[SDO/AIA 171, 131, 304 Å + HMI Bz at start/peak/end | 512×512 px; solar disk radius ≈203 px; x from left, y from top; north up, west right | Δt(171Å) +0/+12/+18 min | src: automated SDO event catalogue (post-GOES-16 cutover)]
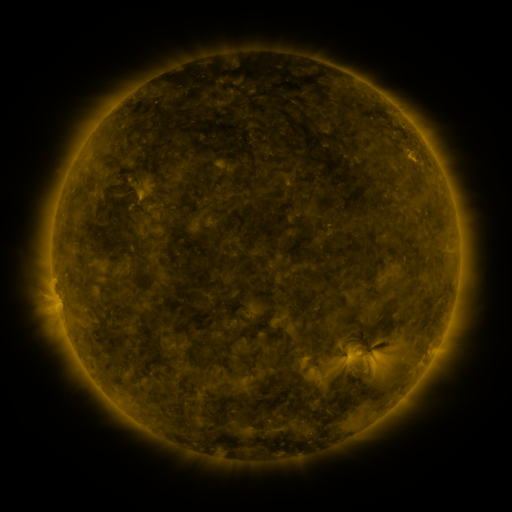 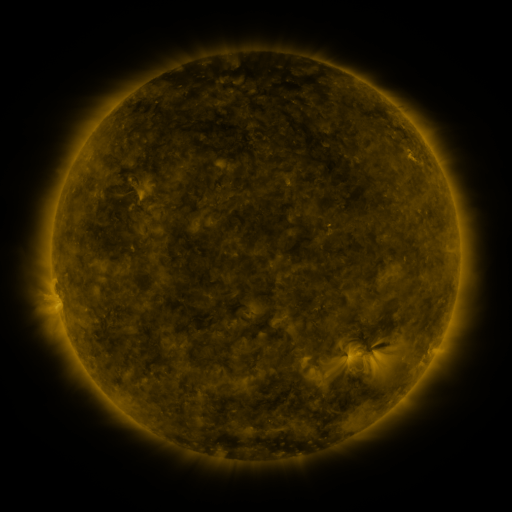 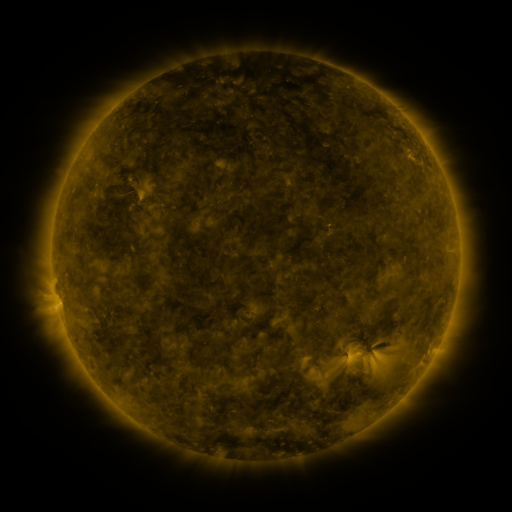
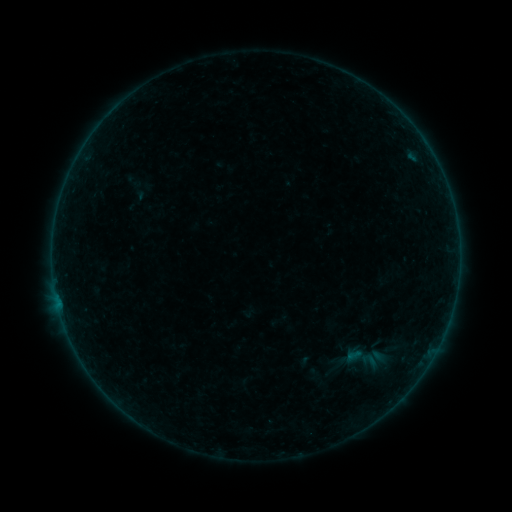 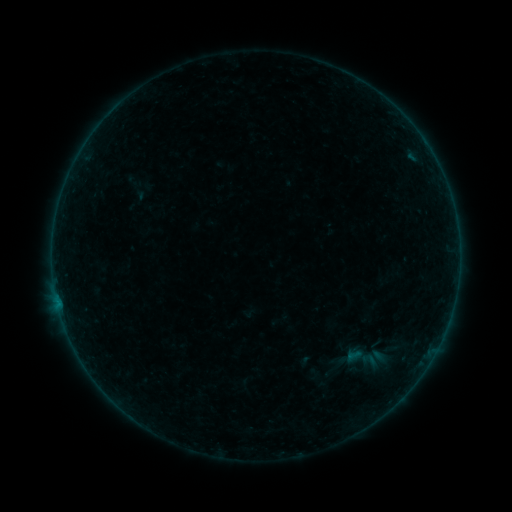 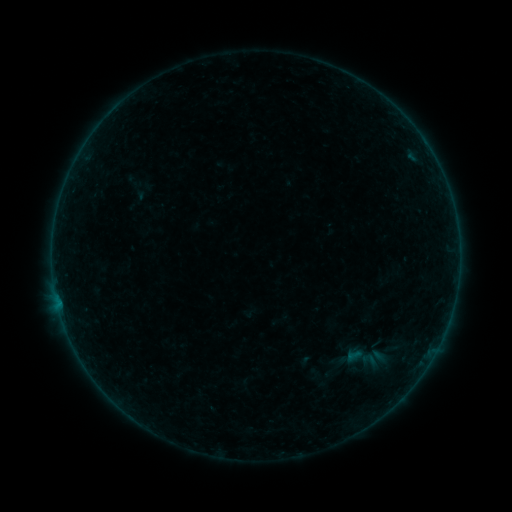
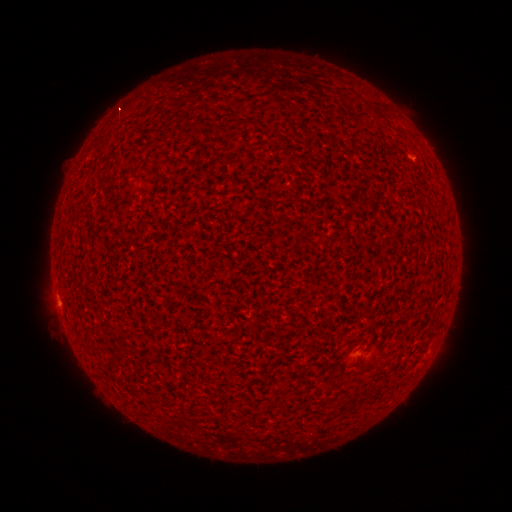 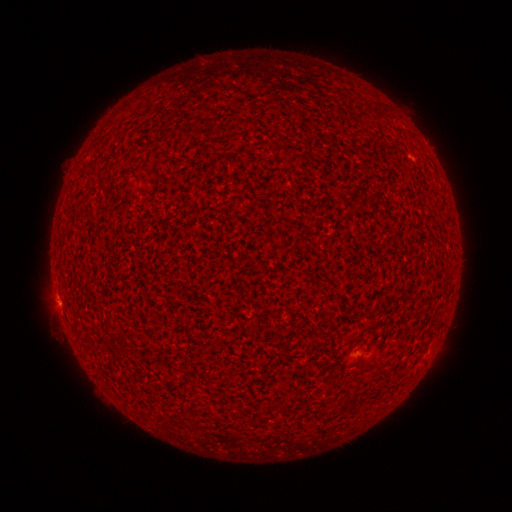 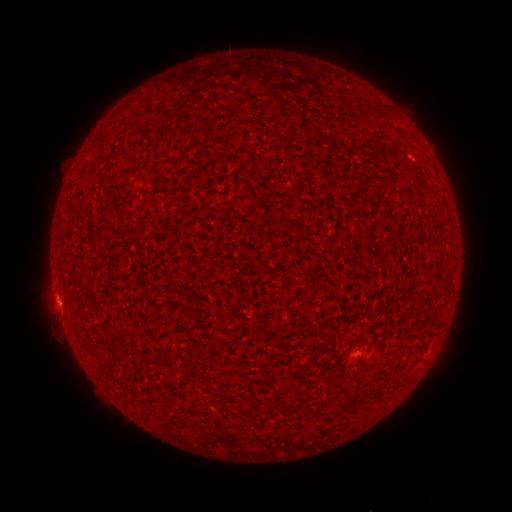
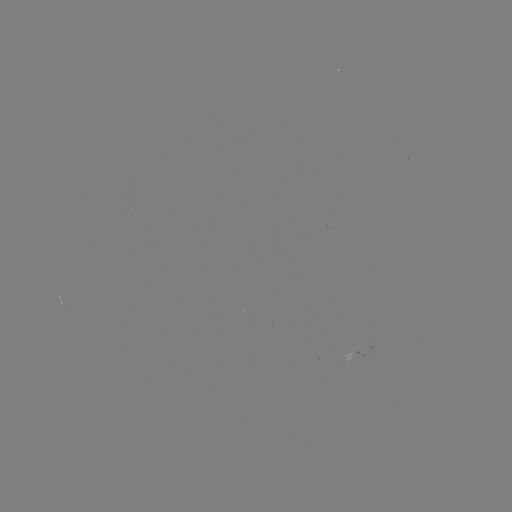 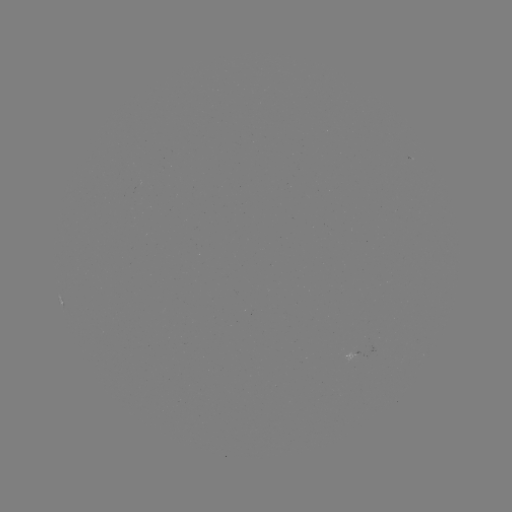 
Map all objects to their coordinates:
A9.9 flare: (57, 298)
